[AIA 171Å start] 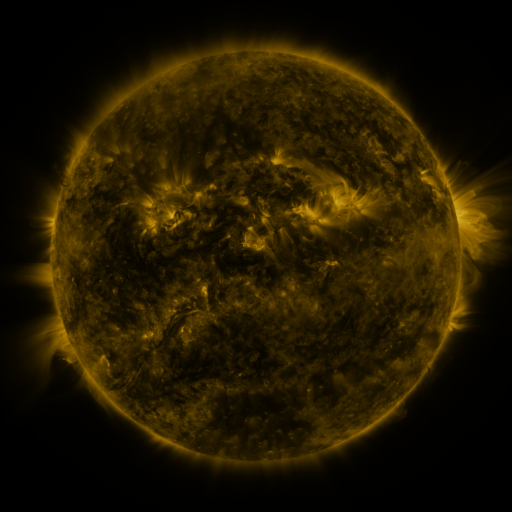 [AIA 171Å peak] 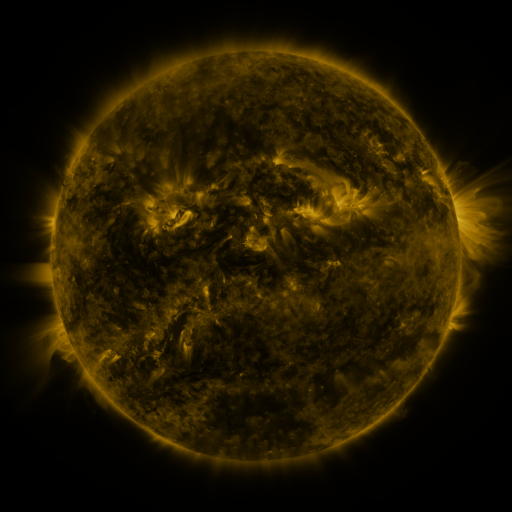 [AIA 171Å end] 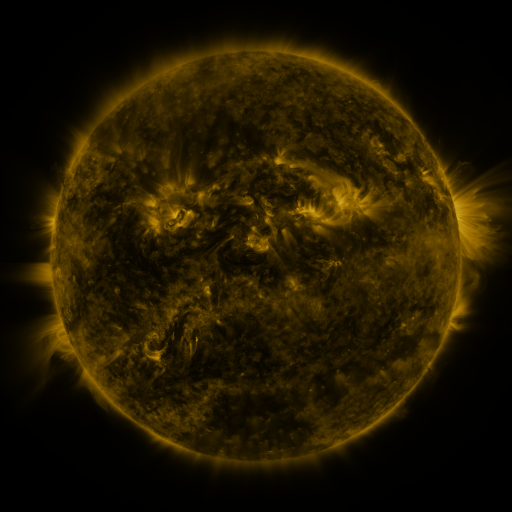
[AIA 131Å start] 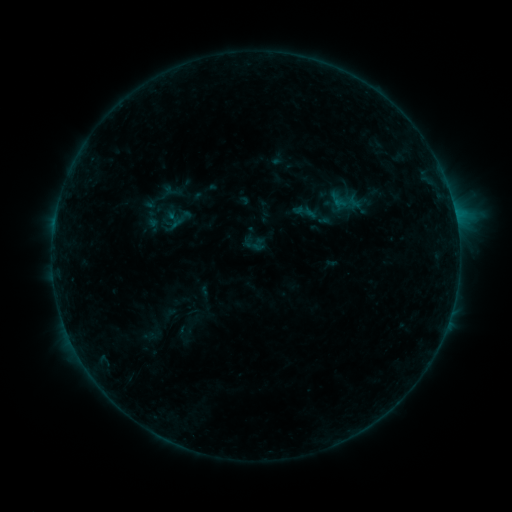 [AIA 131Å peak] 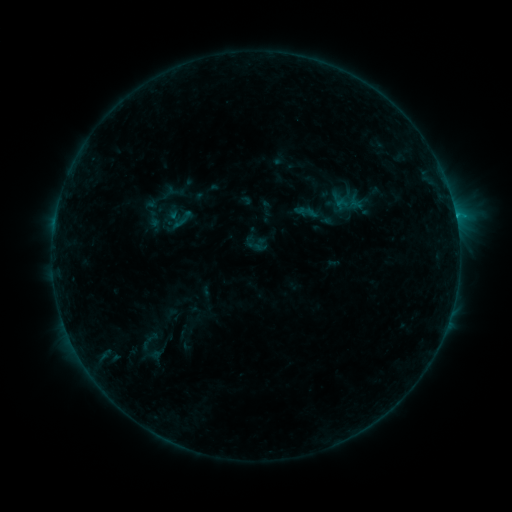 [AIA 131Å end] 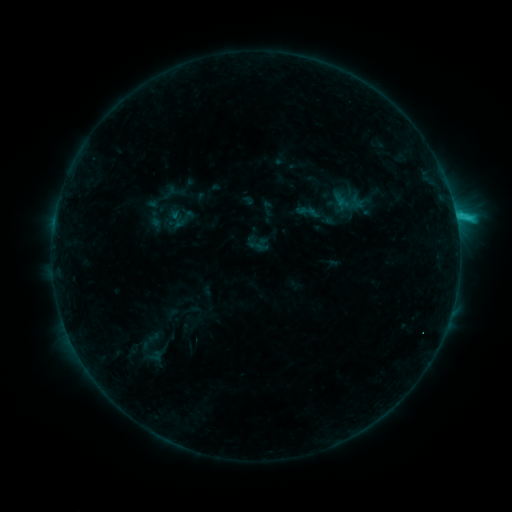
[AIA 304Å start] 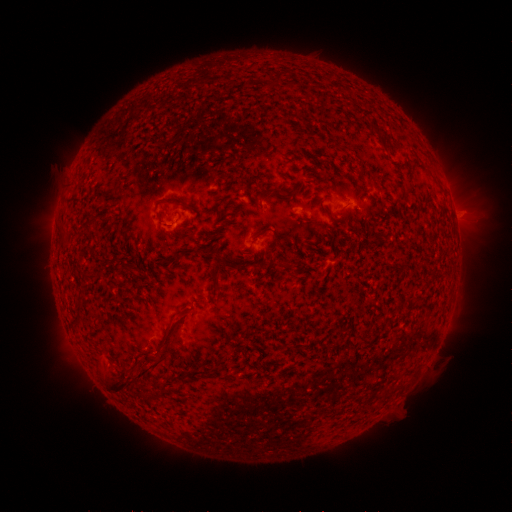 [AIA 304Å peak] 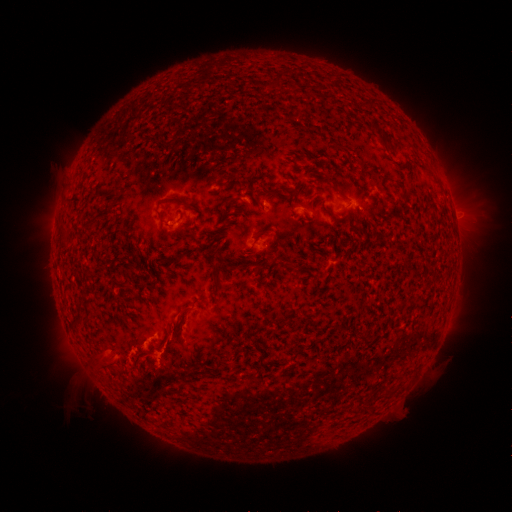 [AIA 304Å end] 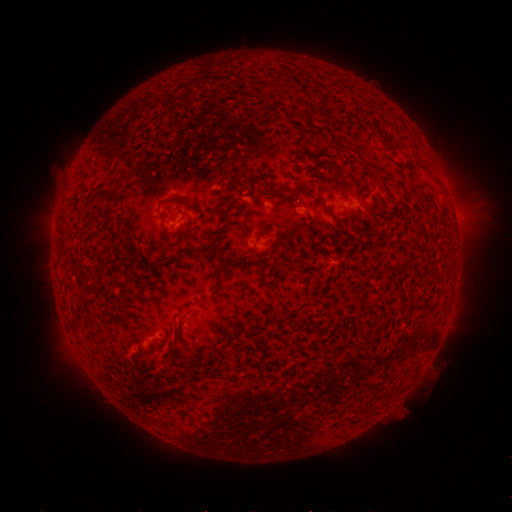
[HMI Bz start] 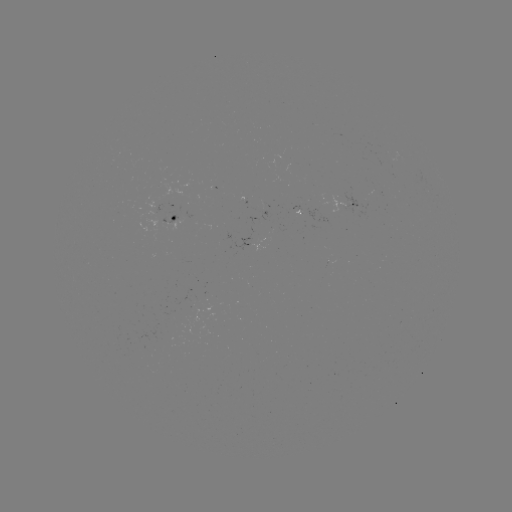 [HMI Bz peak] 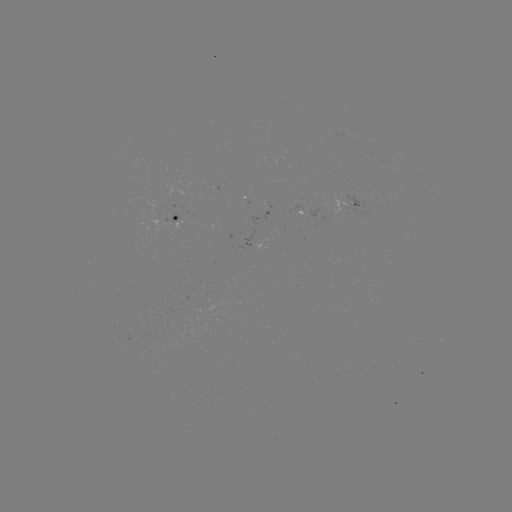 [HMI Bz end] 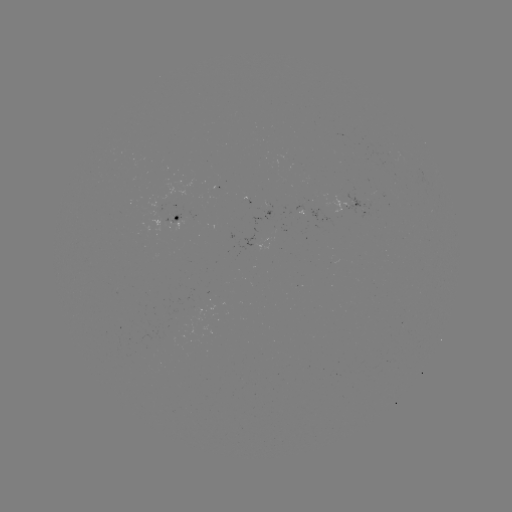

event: flare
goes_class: B7.1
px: (455, 216)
